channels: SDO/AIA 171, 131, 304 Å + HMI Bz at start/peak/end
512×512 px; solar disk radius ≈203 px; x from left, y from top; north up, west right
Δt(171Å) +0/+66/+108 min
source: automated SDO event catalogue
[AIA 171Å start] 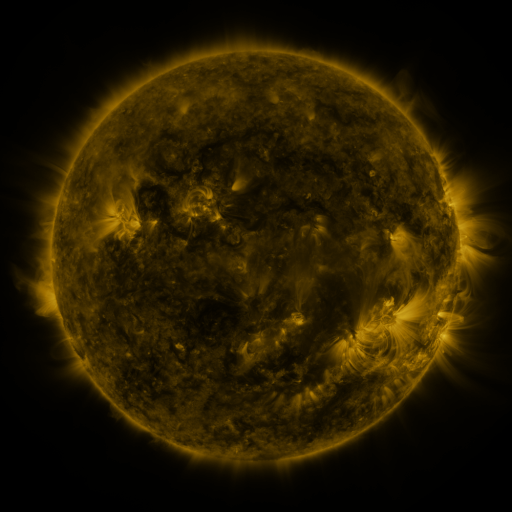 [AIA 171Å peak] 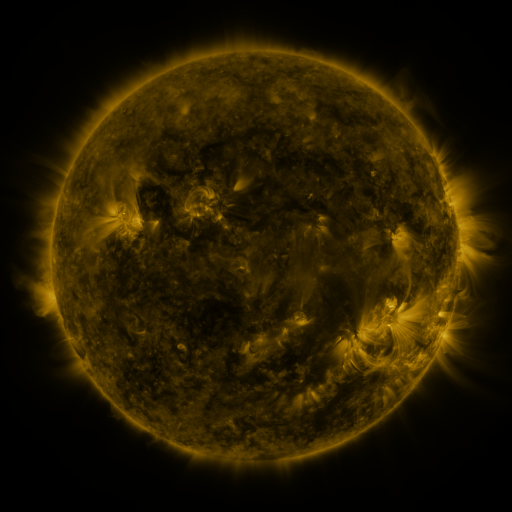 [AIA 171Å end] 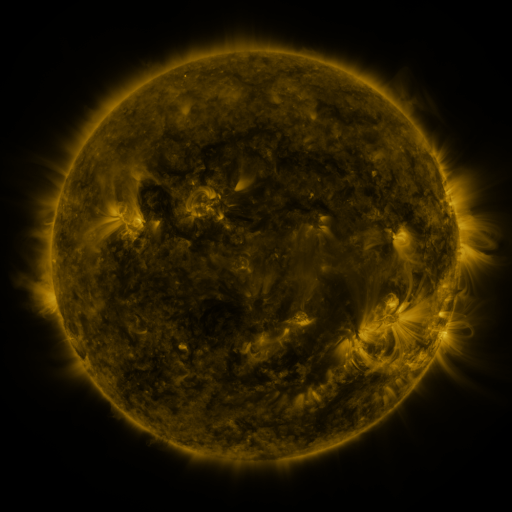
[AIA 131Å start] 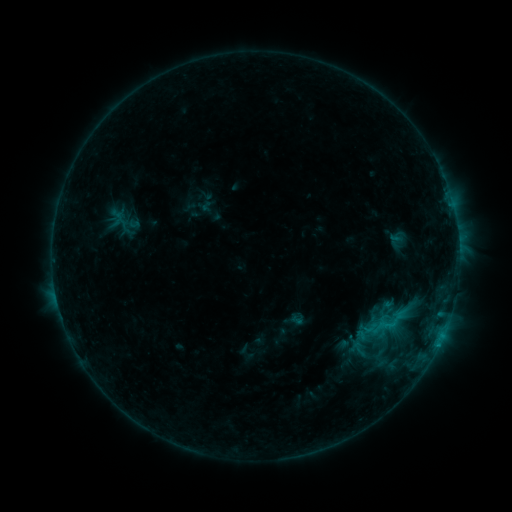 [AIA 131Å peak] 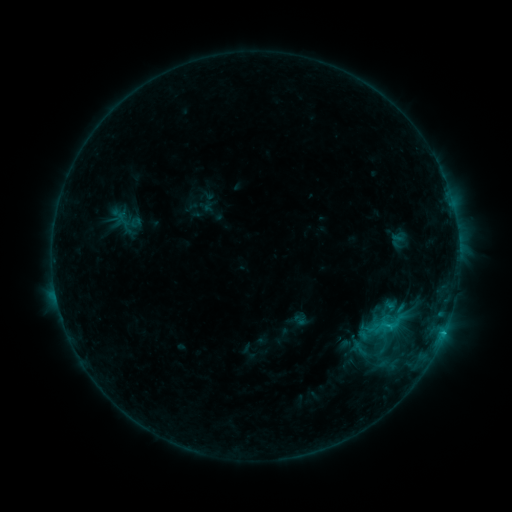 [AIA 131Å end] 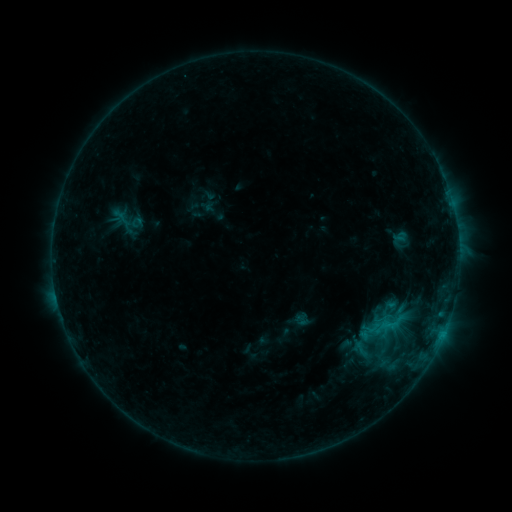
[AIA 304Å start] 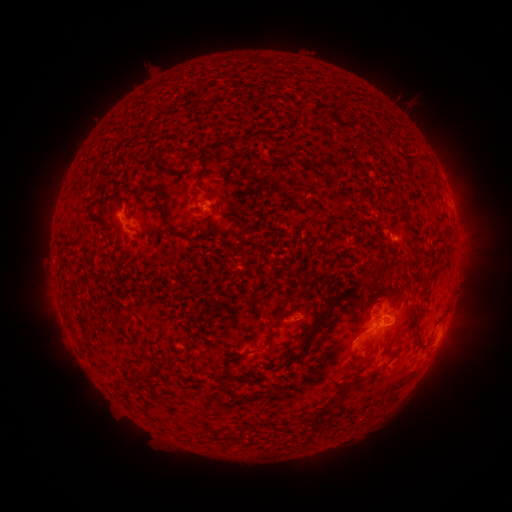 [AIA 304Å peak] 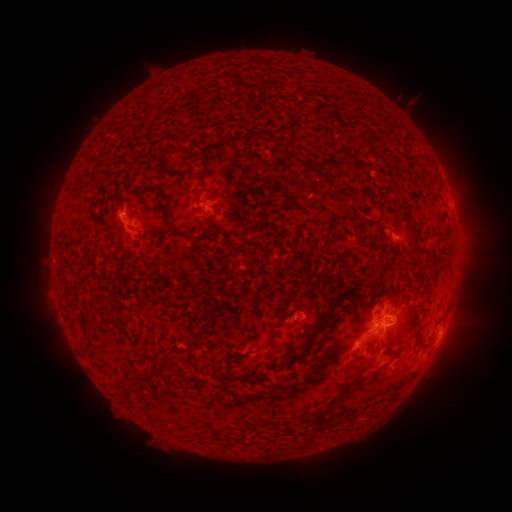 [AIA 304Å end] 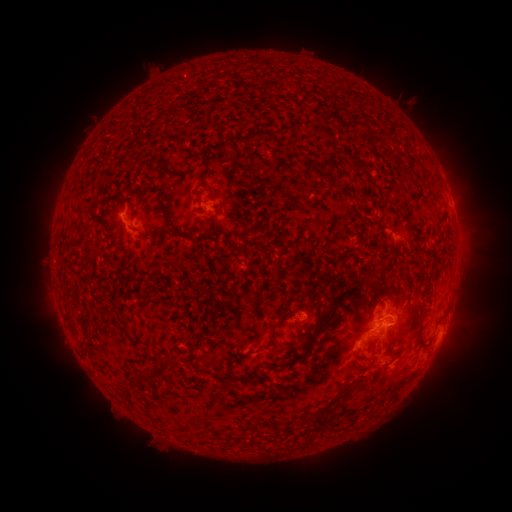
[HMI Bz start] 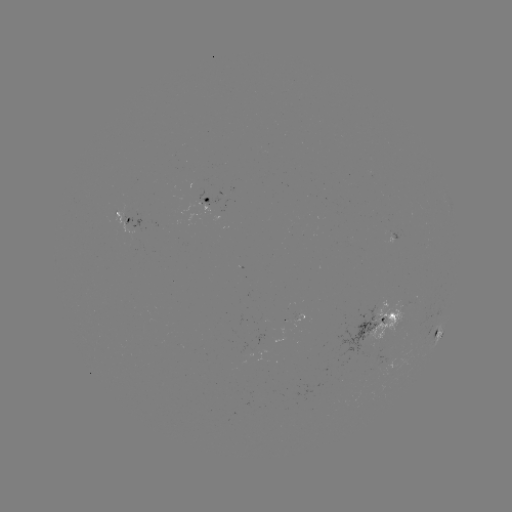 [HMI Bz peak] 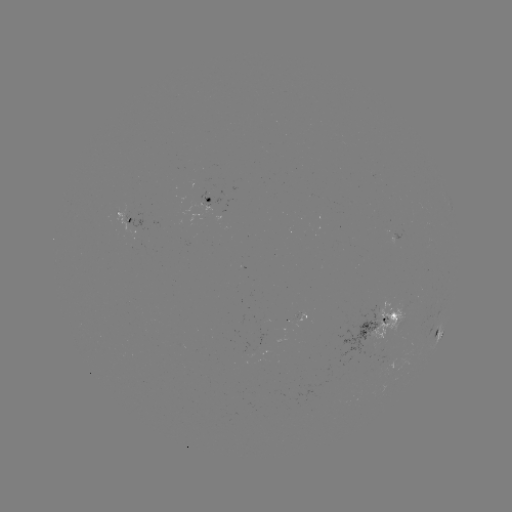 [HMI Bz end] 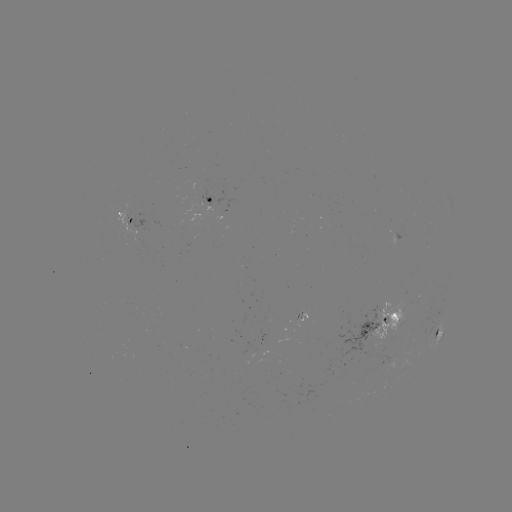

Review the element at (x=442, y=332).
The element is C1.8 flare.